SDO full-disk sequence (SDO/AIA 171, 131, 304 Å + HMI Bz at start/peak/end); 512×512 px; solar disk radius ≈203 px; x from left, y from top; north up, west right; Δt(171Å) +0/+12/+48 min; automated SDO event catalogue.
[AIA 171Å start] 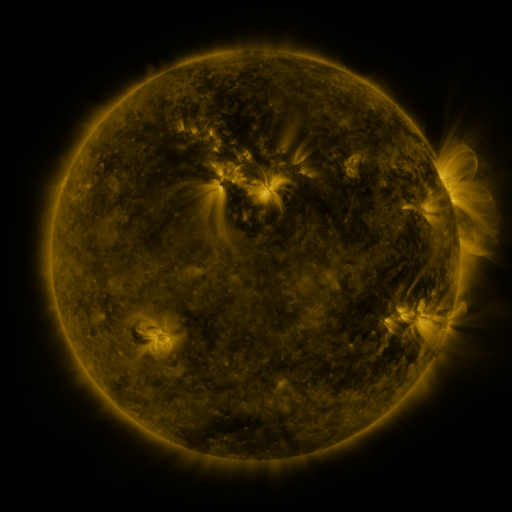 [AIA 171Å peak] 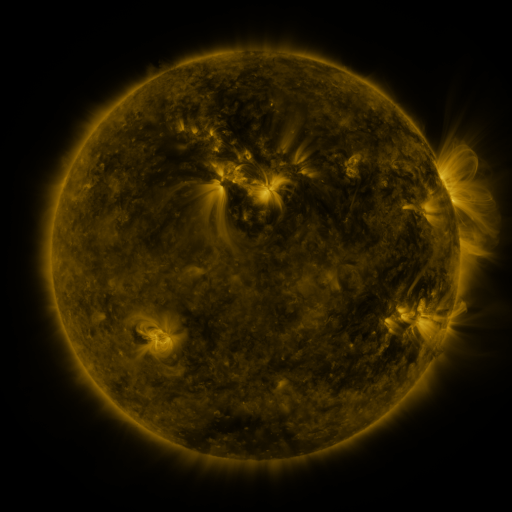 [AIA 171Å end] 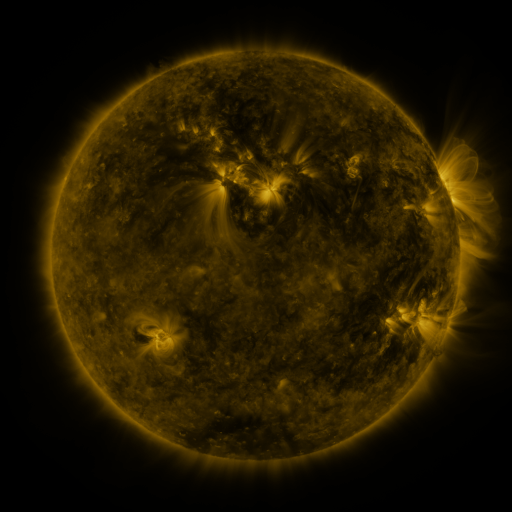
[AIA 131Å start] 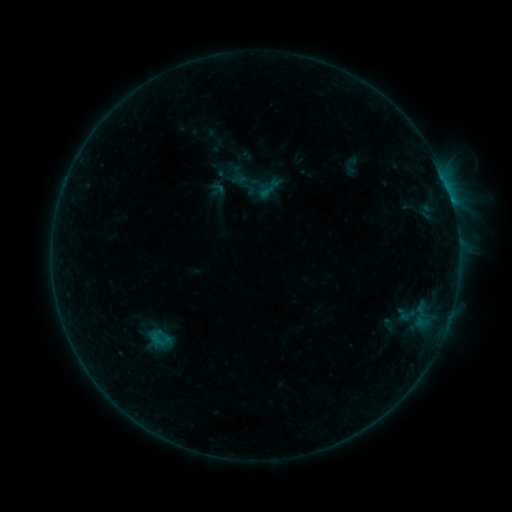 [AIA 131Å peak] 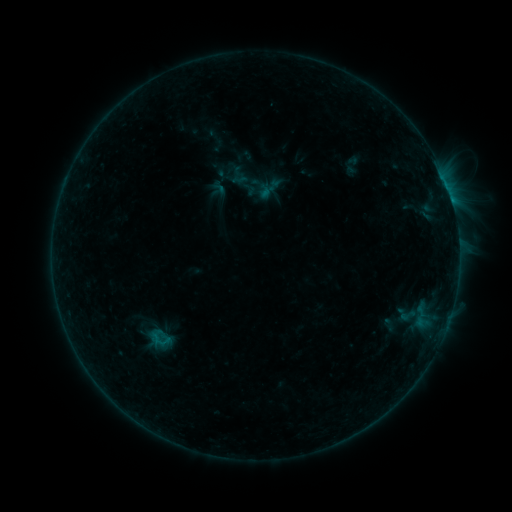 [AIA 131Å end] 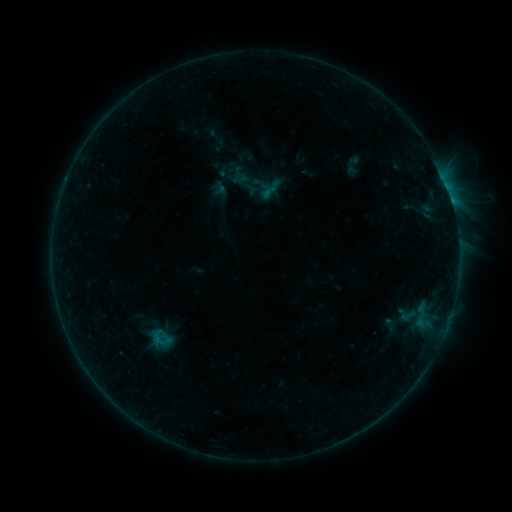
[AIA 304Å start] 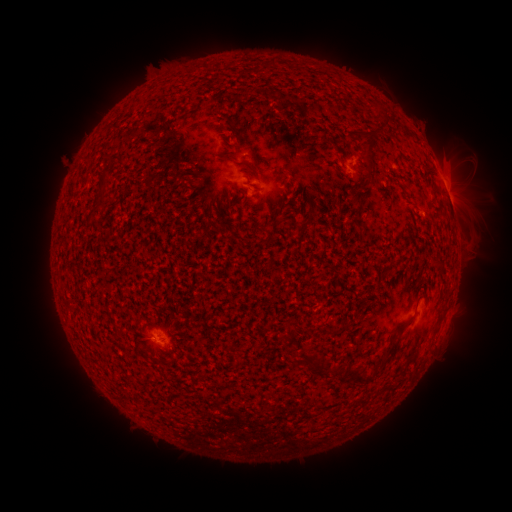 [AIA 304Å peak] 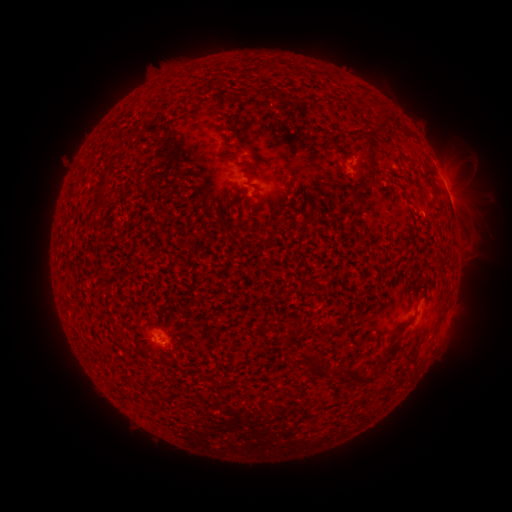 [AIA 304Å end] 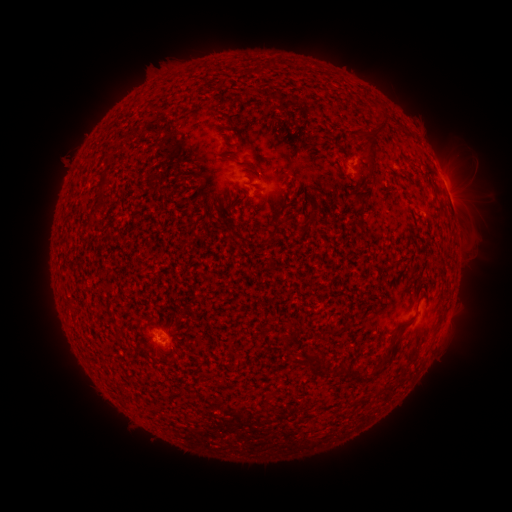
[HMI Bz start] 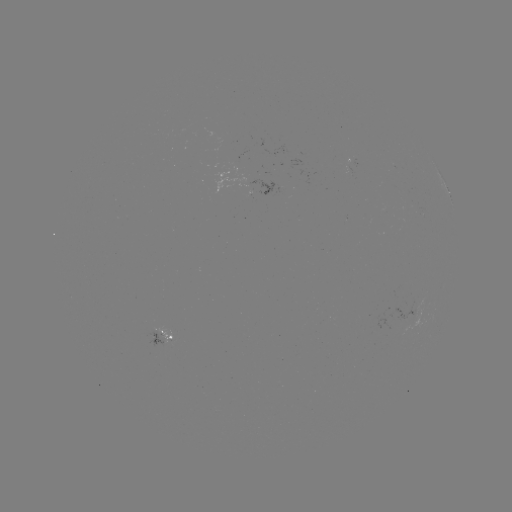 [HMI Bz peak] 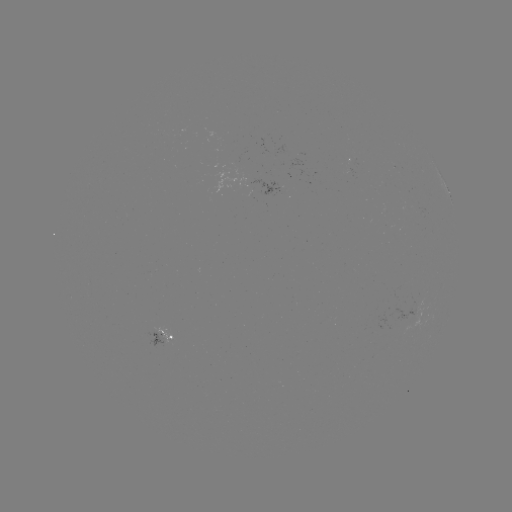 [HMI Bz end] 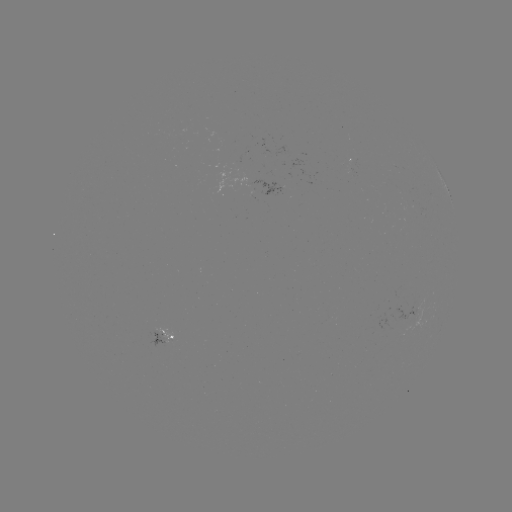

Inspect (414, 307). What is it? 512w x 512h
emerging-flux region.